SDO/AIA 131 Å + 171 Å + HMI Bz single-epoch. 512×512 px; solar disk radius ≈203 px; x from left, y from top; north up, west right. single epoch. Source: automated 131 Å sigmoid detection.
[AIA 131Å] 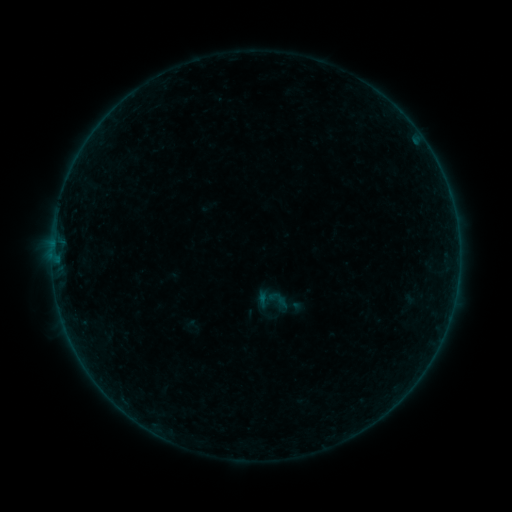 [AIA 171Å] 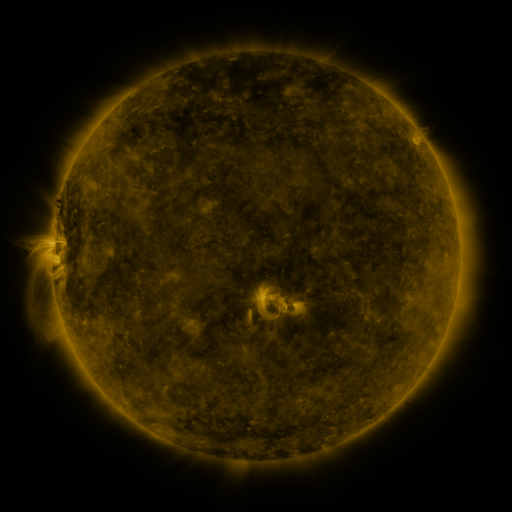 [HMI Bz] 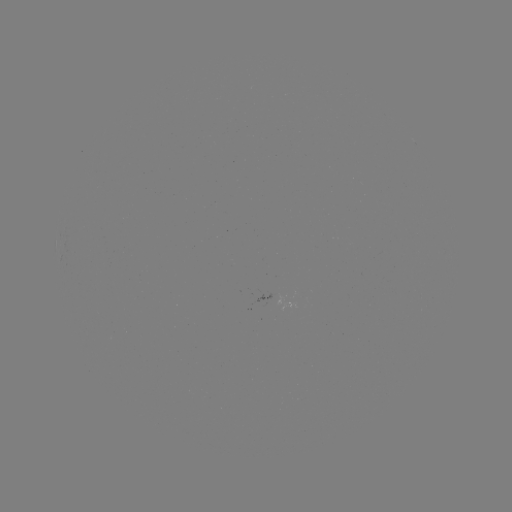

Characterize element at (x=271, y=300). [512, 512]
sigmoid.